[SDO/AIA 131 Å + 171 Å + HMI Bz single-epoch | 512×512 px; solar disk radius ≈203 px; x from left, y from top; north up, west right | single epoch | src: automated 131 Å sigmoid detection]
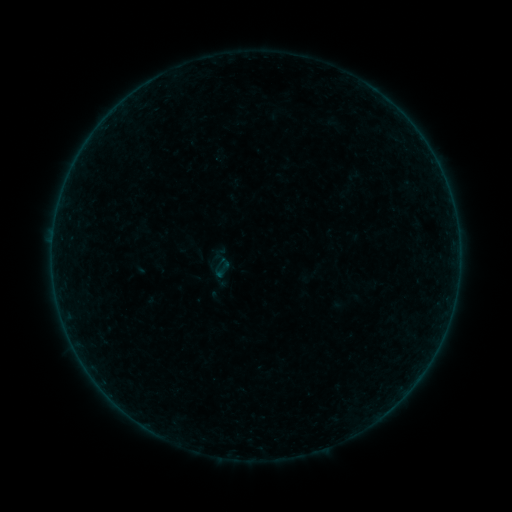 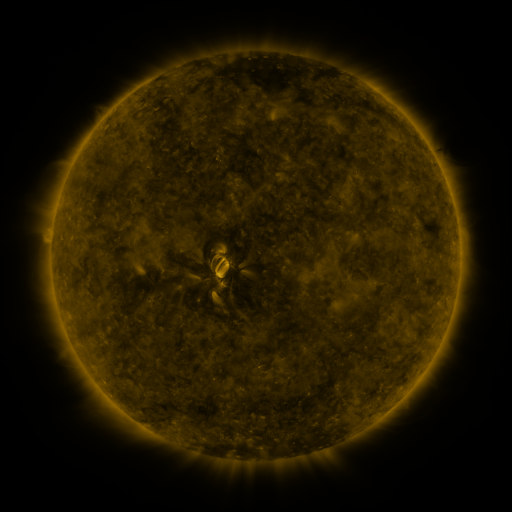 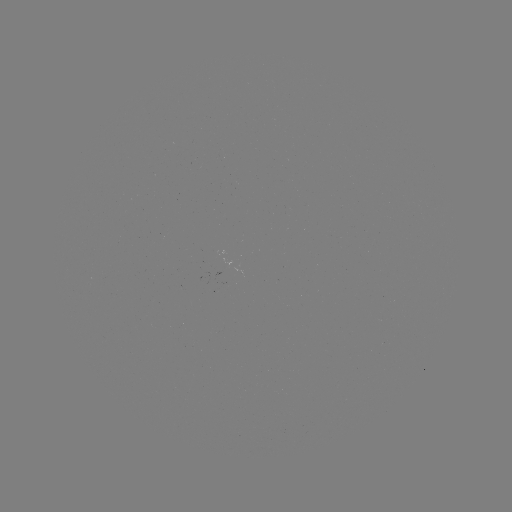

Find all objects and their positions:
sigmoid: (222, 270)
